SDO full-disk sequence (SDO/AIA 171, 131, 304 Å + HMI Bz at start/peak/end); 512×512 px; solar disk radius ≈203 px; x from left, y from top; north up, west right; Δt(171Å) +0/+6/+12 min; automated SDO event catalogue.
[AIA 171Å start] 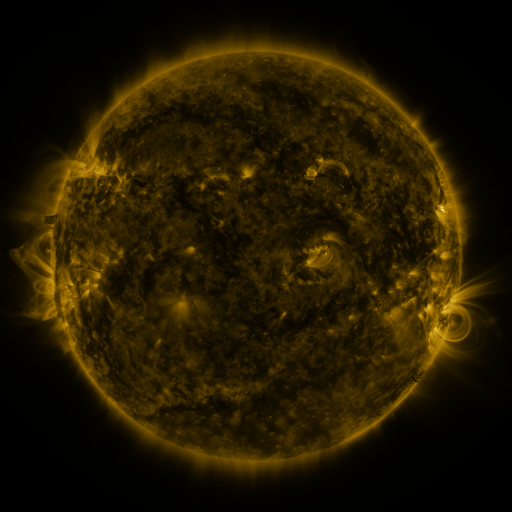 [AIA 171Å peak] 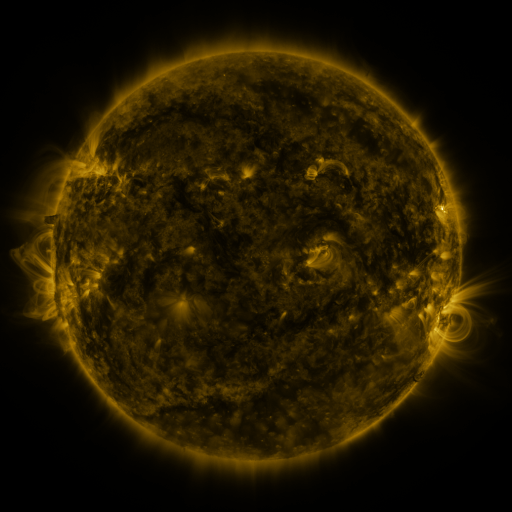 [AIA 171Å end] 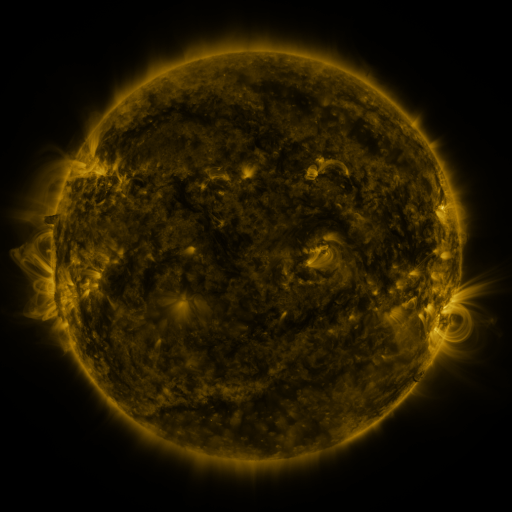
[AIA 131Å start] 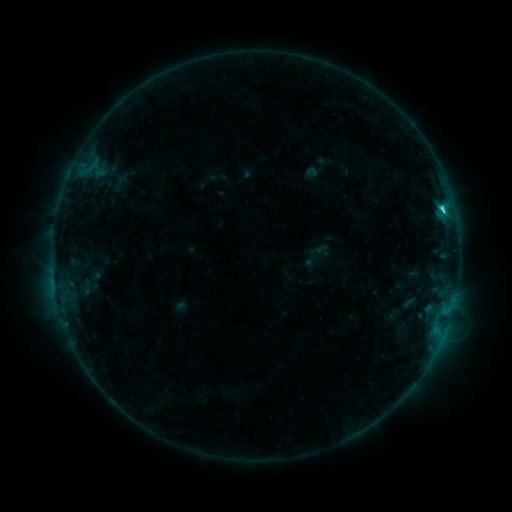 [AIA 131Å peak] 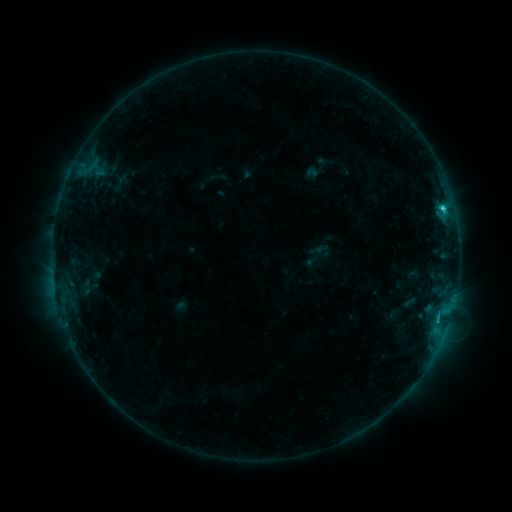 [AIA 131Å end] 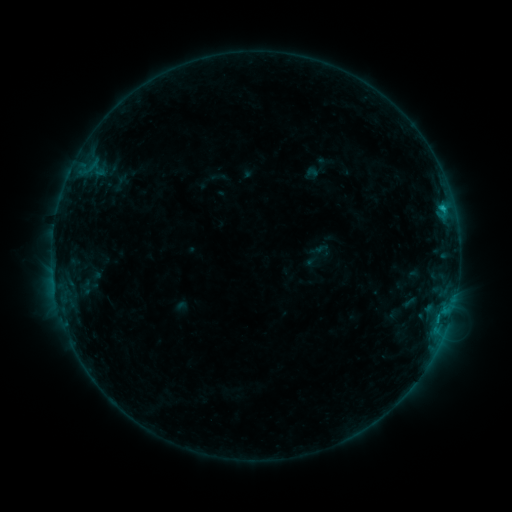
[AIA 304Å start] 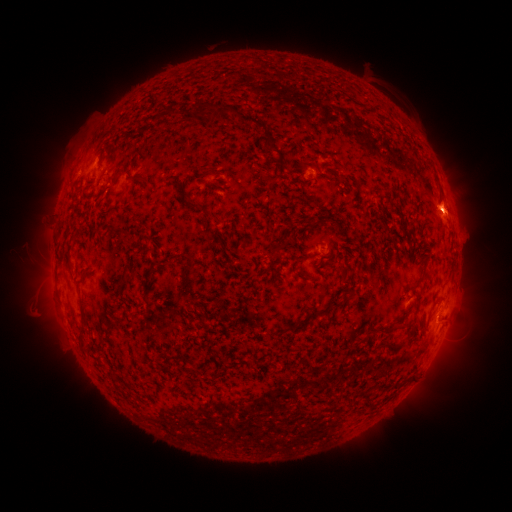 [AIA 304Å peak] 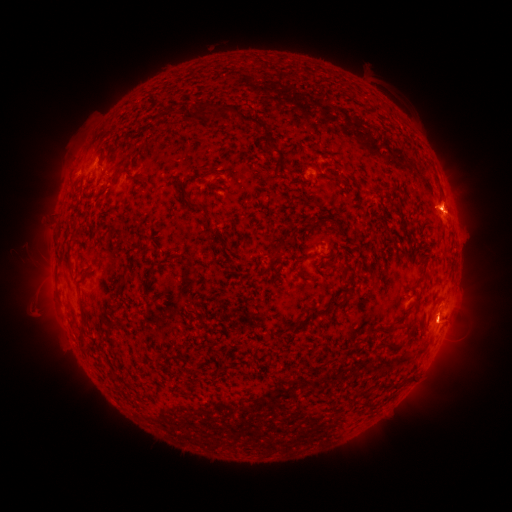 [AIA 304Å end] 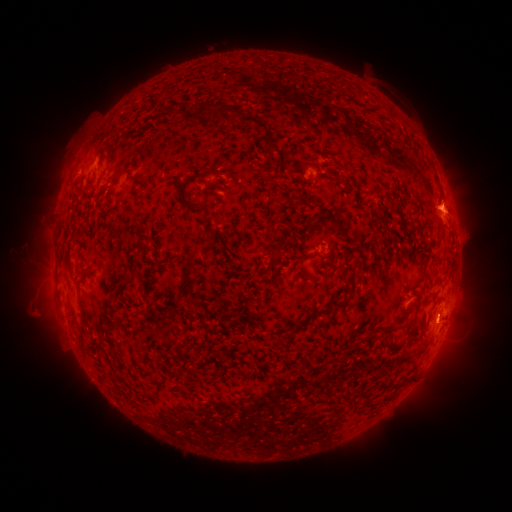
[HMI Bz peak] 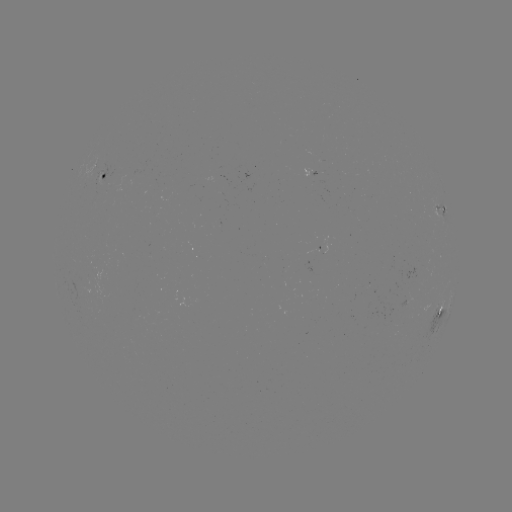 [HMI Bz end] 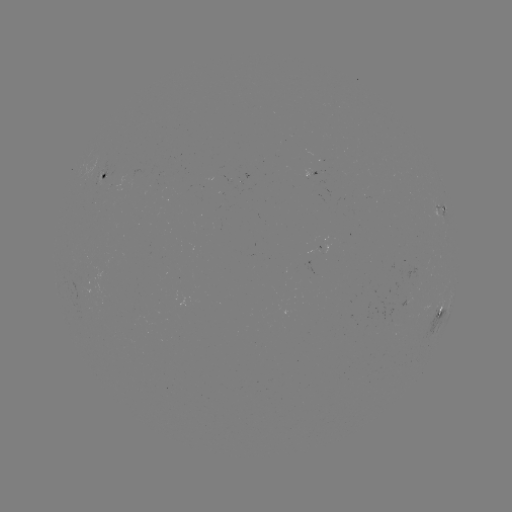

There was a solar eruption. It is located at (439, 321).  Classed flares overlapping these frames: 1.